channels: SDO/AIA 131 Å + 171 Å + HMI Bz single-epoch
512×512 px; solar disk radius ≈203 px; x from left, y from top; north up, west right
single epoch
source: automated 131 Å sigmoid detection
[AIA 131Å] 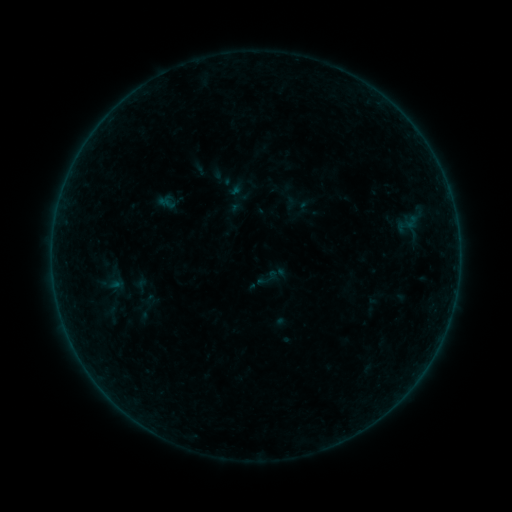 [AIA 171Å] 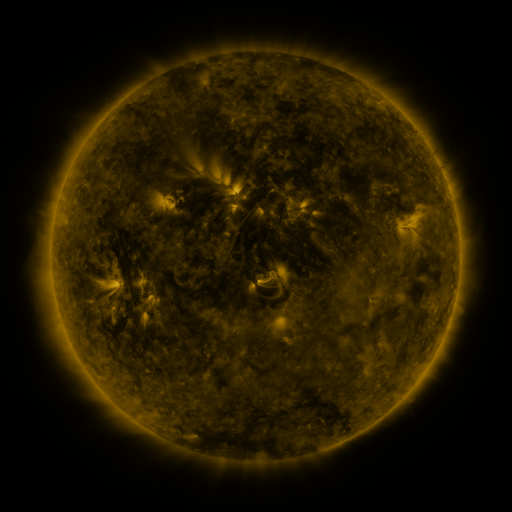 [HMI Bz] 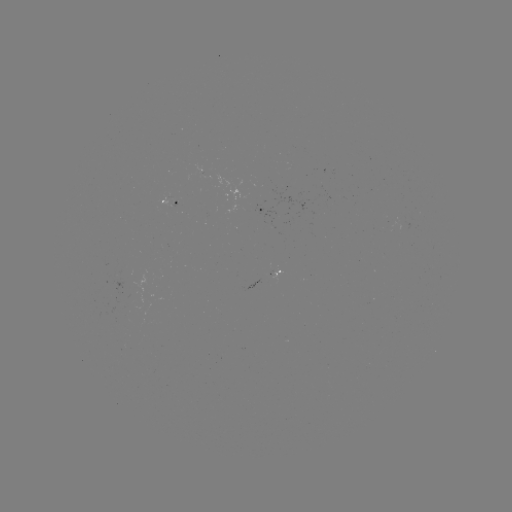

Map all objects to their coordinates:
sigmoid: [255, 265, 281, 291]
